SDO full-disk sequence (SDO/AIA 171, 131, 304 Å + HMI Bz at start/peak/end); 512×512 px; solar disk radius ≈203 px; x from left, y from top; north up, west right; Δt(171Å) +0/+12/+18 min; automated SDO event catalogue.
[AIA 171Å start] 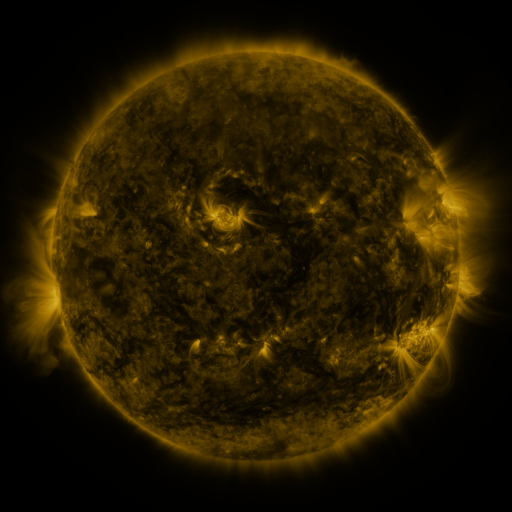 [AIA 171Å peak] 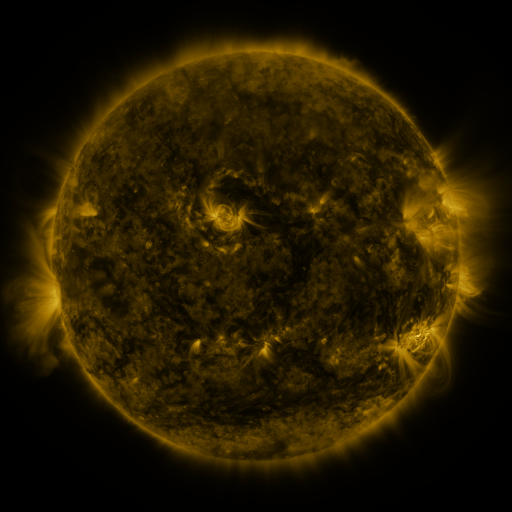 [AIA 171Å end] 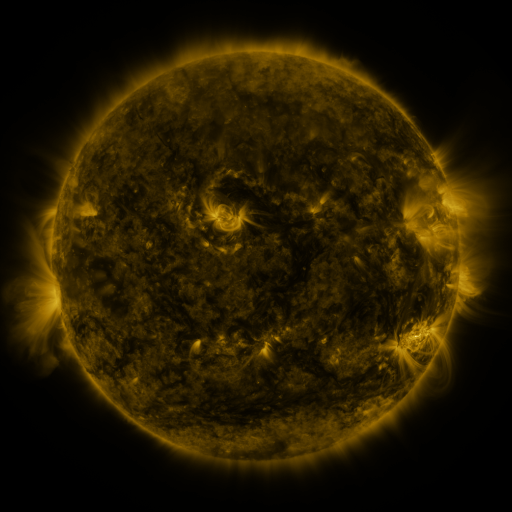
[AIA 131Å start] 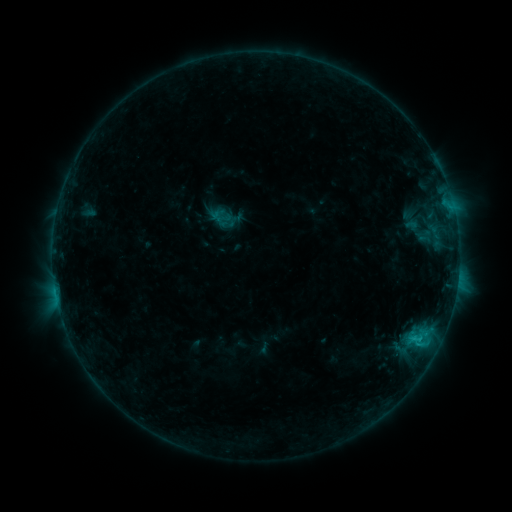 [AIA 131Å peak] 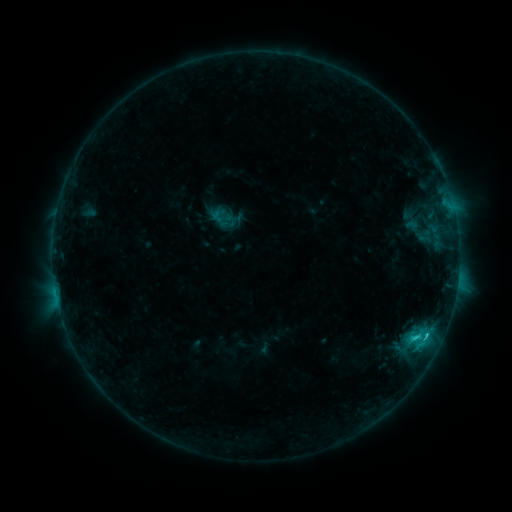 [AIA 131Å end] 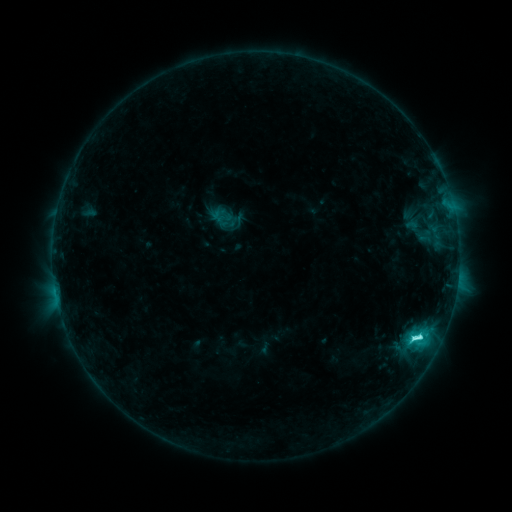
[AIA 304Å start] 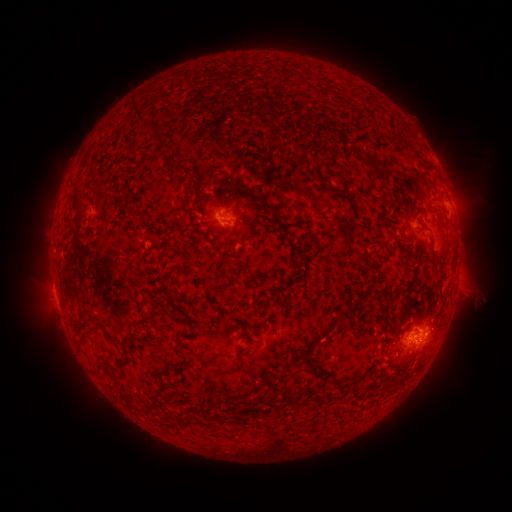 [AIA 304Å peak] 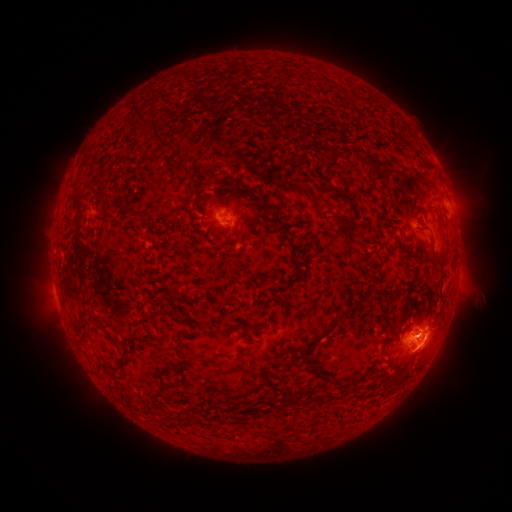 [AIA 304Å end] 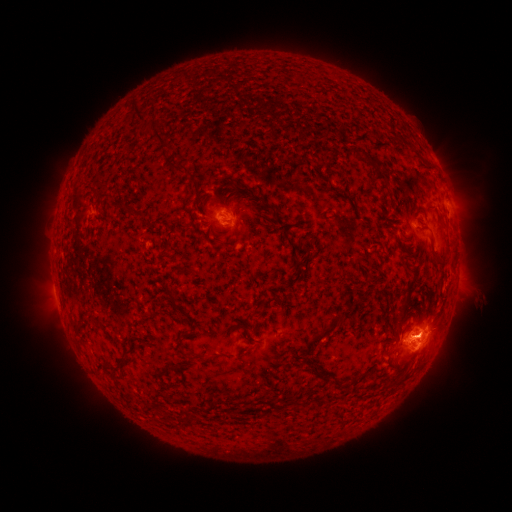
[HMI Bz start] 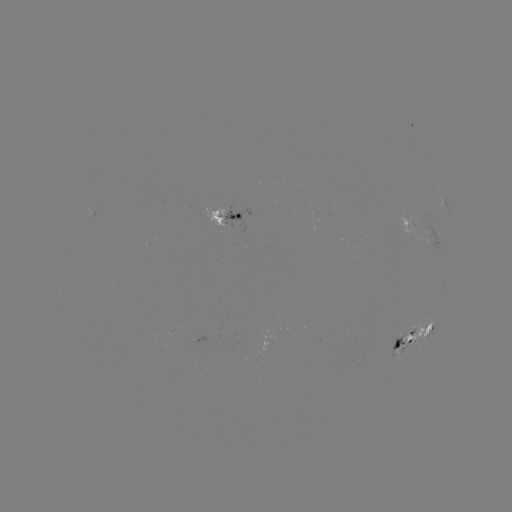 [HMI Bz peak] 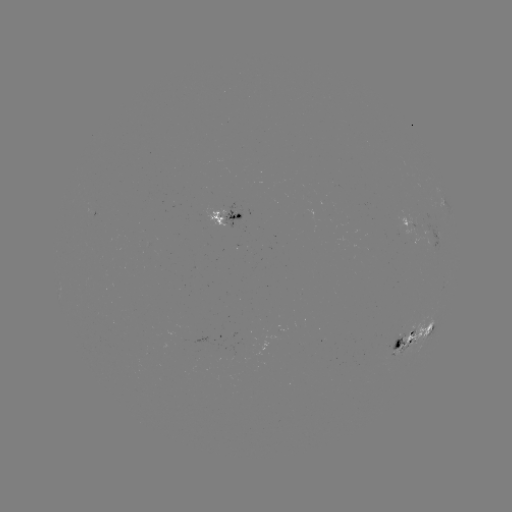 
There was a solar eruption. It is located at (434, 338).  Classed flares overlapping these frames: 1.